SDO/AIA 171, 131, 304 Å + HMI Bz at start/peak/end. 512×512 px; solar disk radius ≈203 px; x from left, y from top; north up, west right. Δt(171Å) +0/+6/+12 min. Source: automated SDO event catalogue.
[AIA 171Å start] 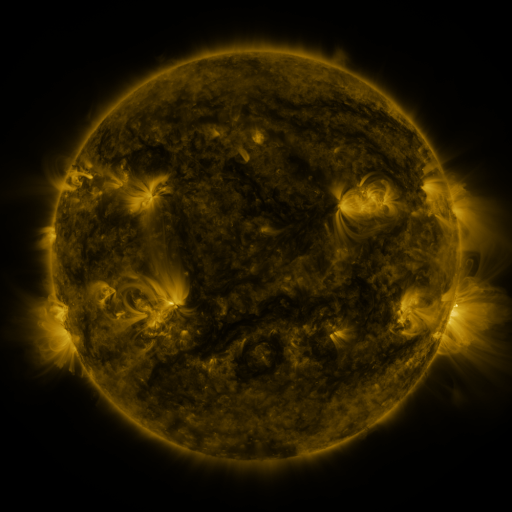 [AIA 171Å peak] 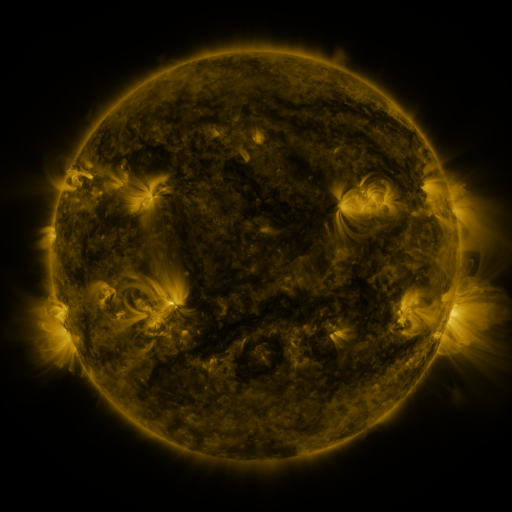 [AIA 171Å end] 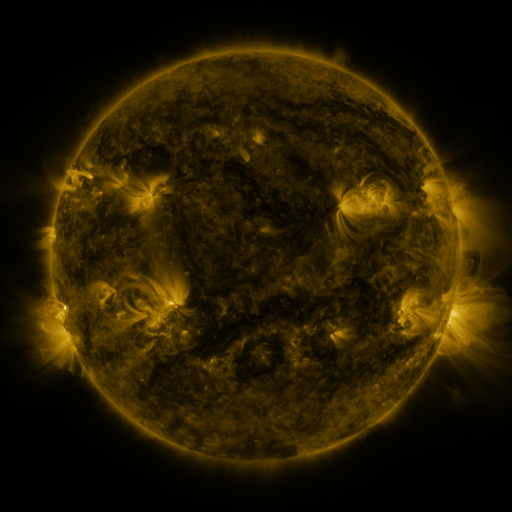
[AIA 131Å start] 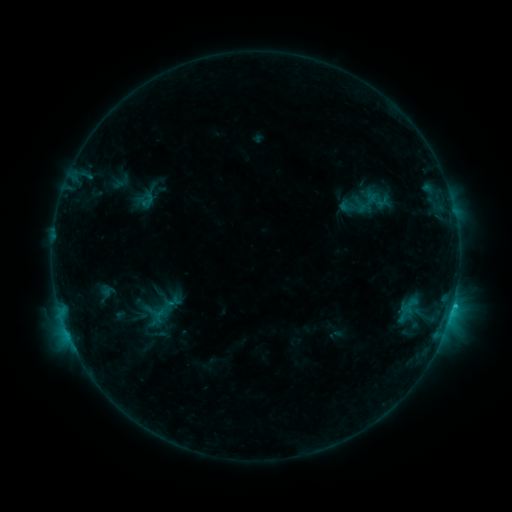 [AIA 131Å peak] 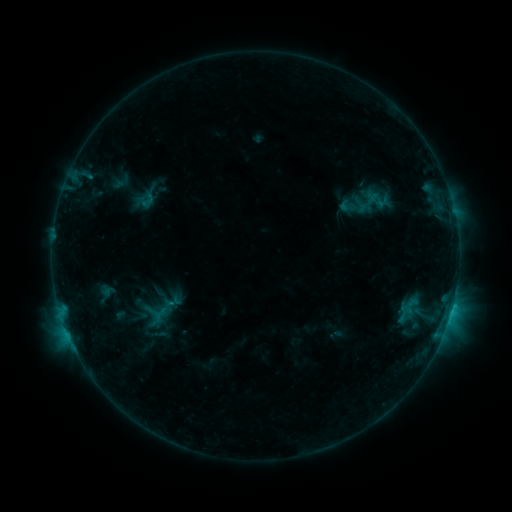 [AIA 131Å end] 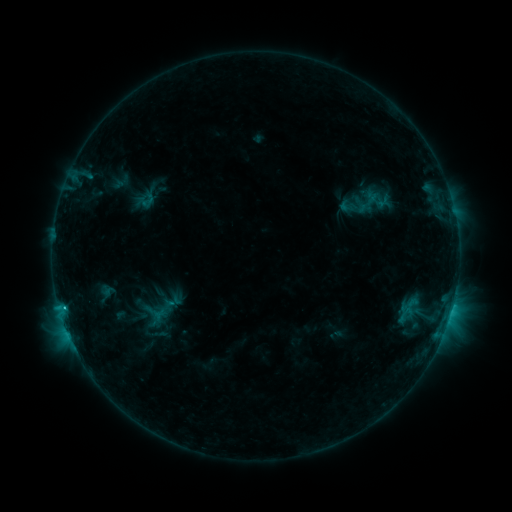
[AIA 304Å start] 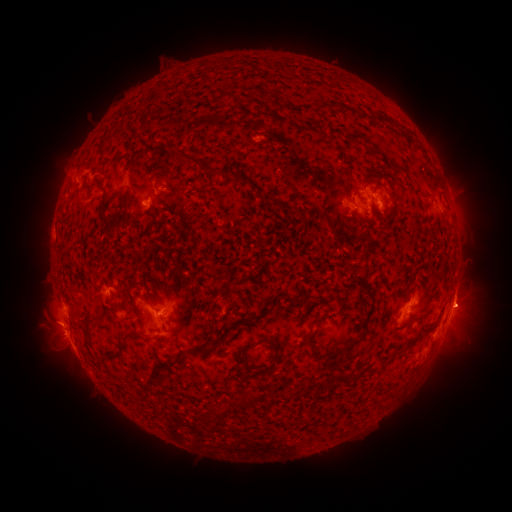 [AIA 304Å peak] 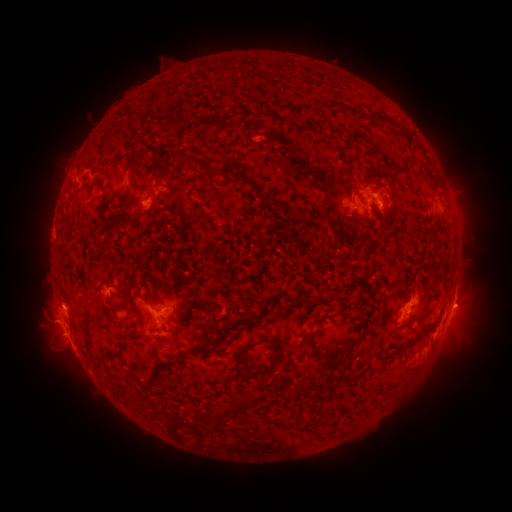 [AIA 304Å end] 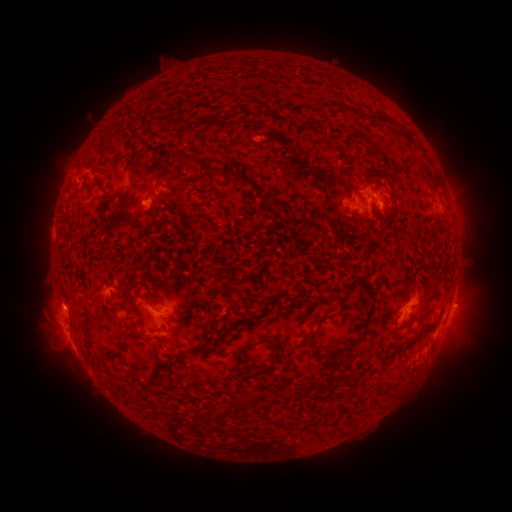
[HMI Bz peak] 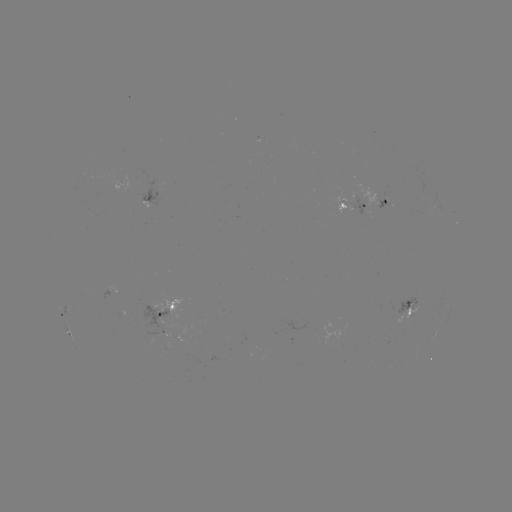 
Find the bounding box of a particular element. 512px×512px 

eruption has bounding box [26, 282, 88, 350].